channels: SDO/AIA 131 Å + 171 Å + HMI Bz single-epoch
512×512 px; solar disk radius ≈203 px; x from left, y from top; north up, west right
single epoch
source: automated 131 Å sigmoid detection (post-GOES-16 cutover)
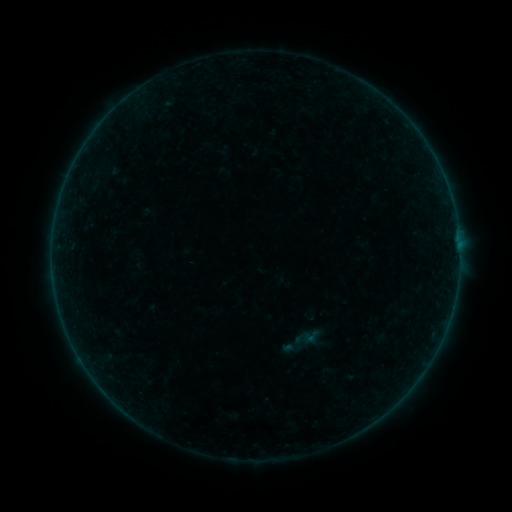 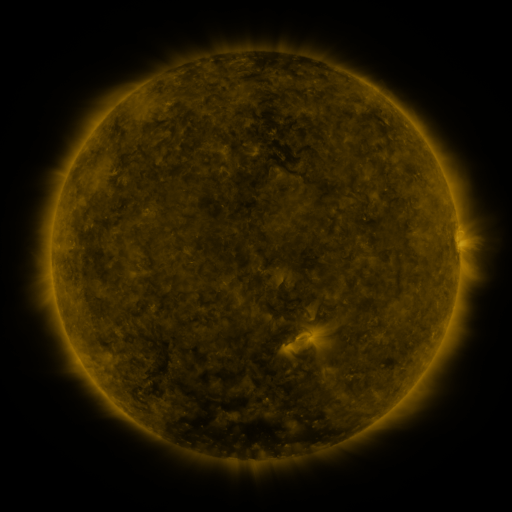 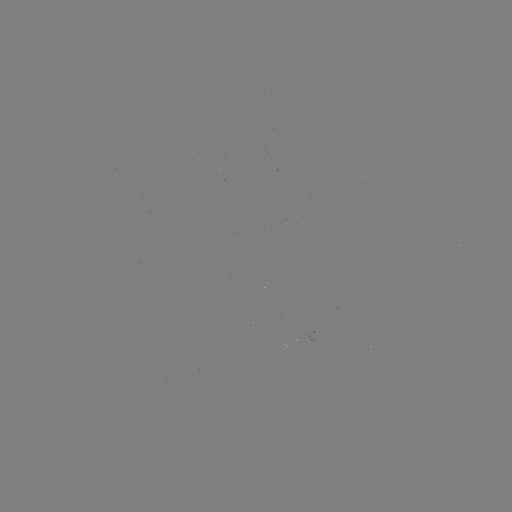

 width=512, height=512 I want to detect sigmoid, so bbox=[302, 327, 320, 345].